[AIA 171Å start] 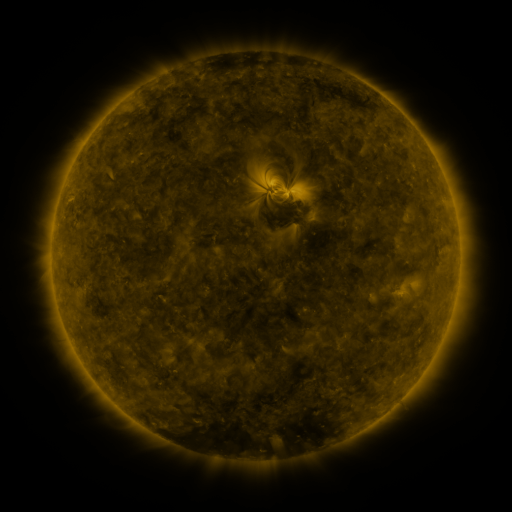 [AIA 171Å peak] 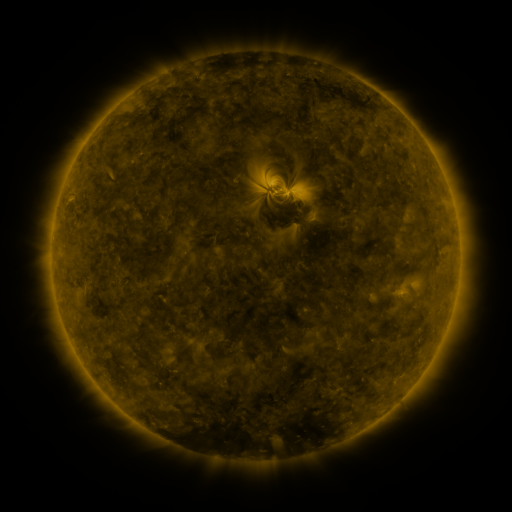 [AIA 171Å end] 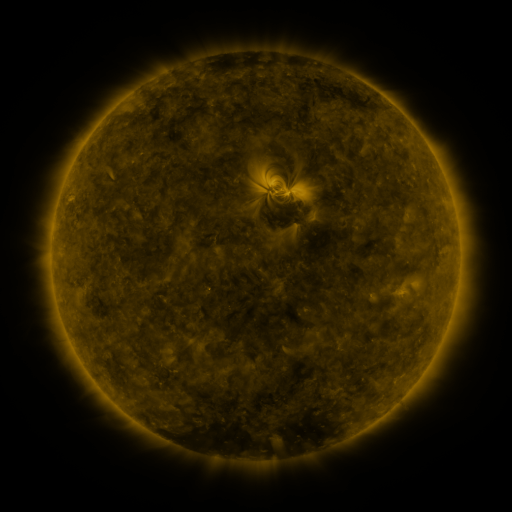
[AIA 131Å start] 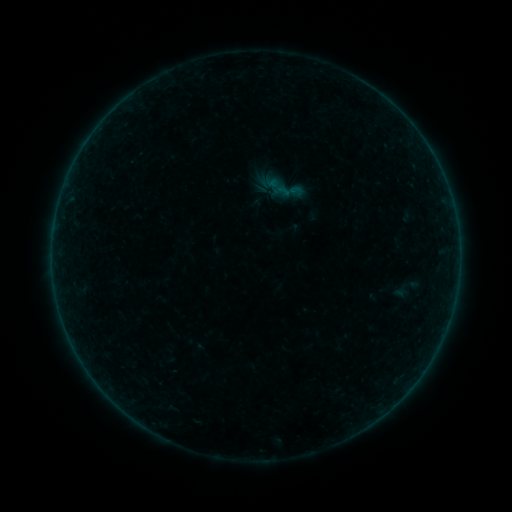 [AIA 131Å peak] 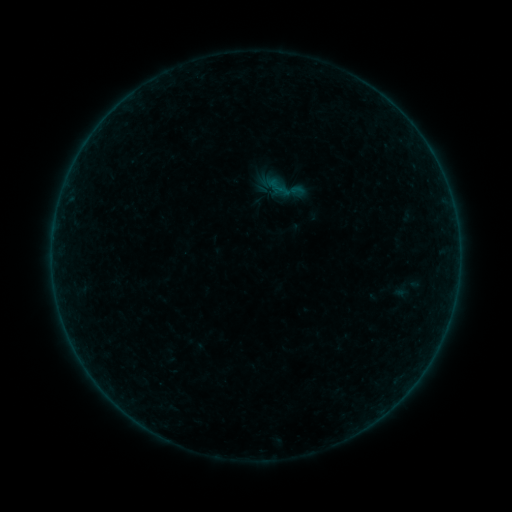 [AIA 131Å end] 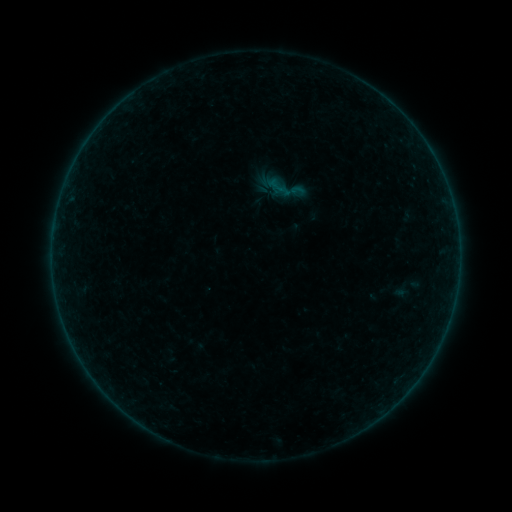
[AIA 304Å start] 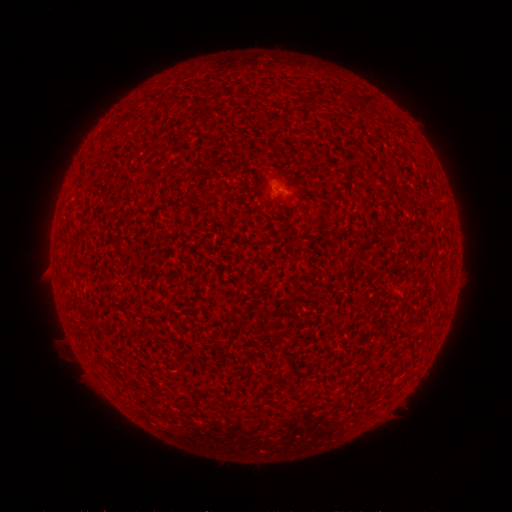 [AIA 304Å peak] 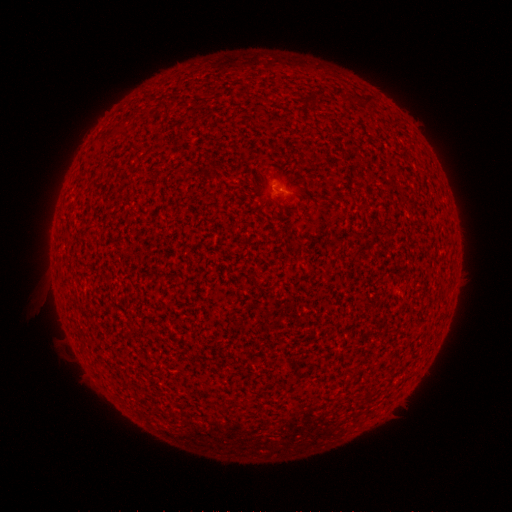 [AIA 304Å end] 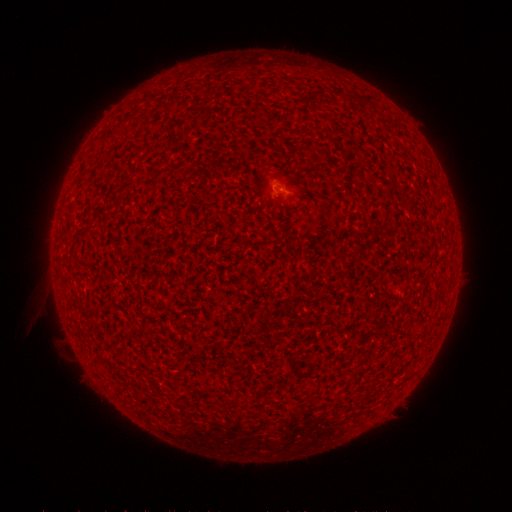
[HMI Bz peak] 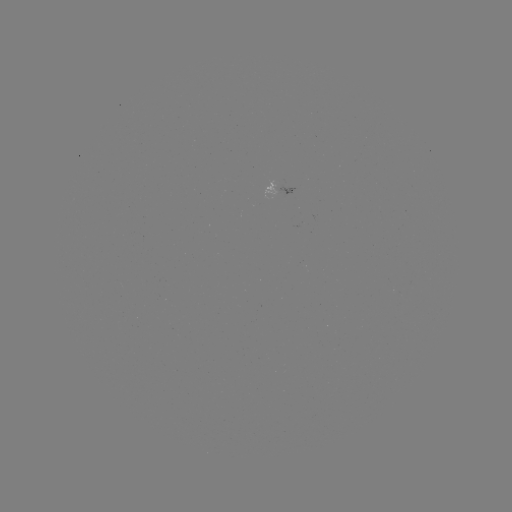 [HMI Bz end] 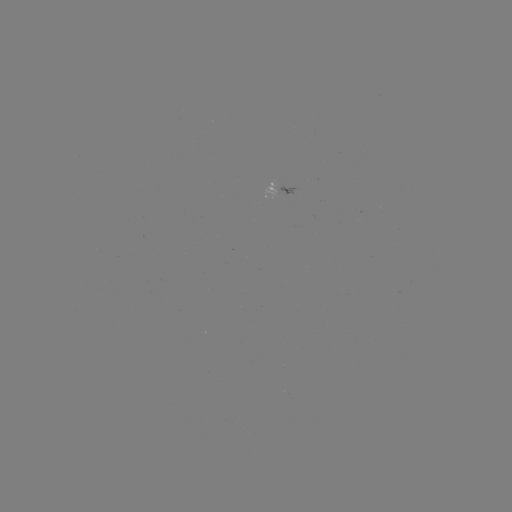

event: flare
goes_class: A2.6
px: (276, 188)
